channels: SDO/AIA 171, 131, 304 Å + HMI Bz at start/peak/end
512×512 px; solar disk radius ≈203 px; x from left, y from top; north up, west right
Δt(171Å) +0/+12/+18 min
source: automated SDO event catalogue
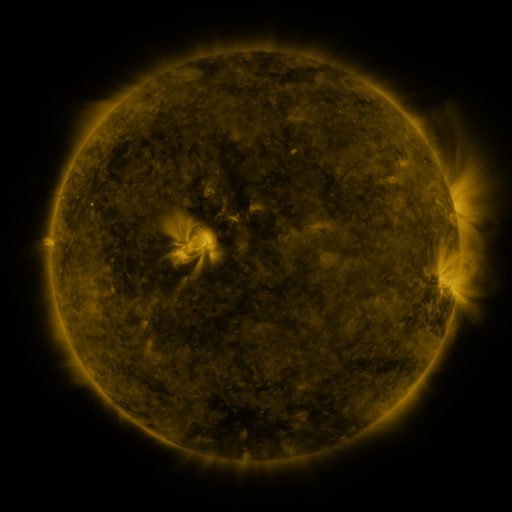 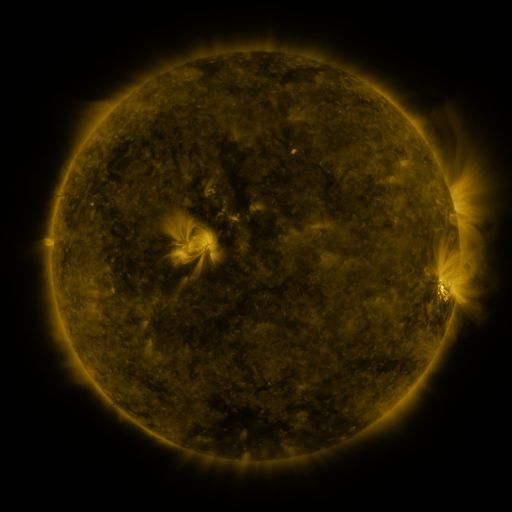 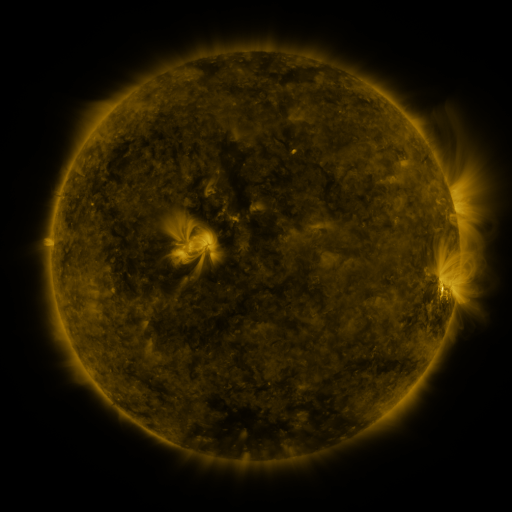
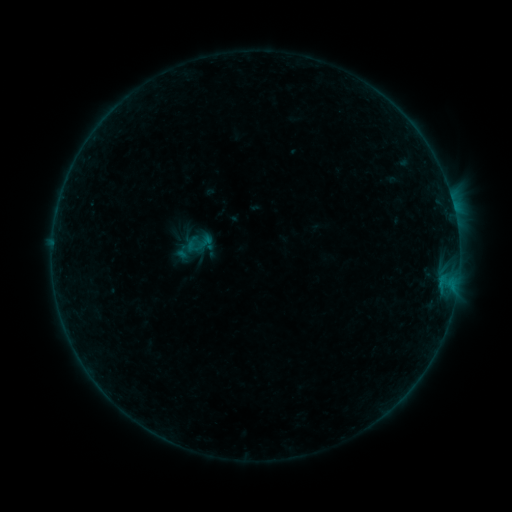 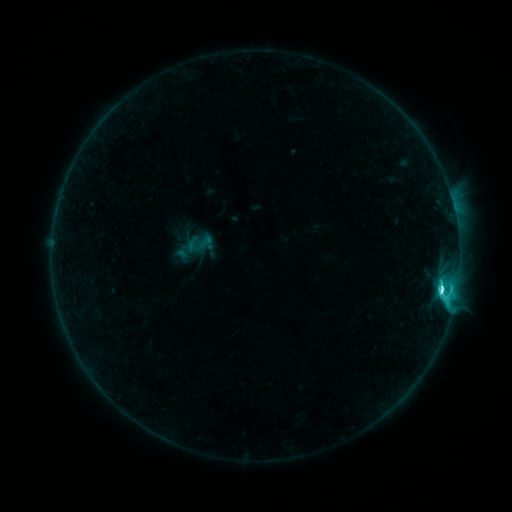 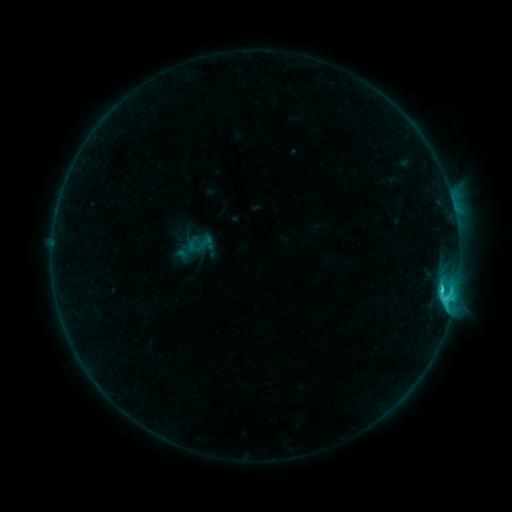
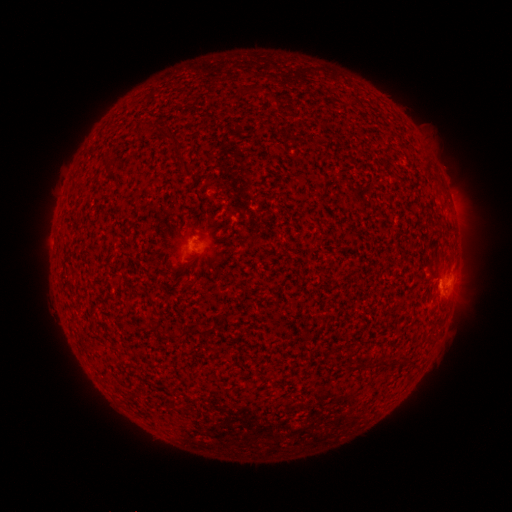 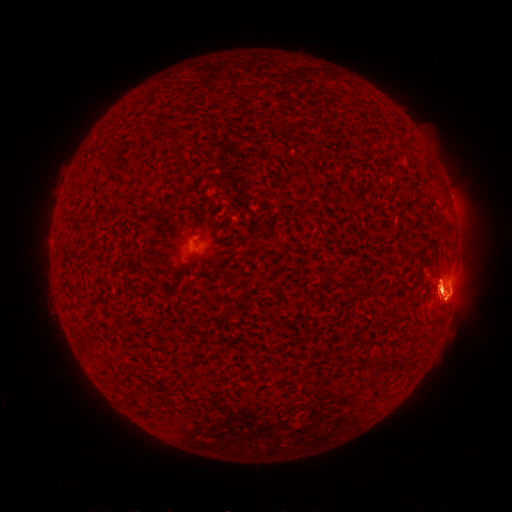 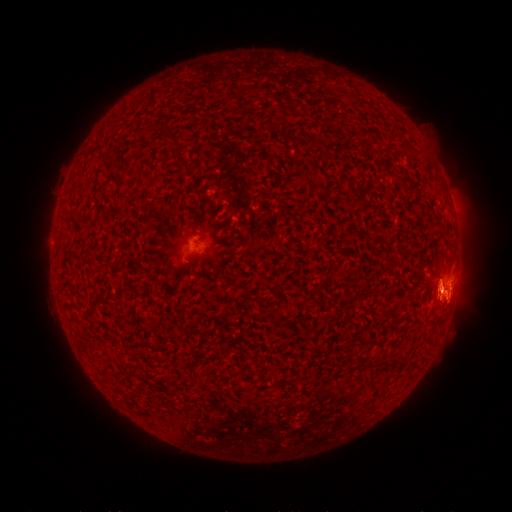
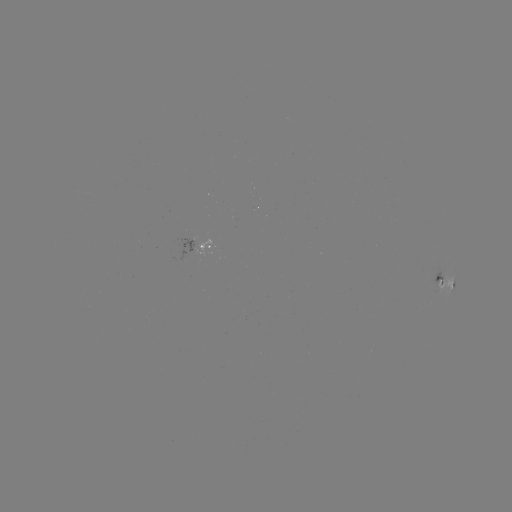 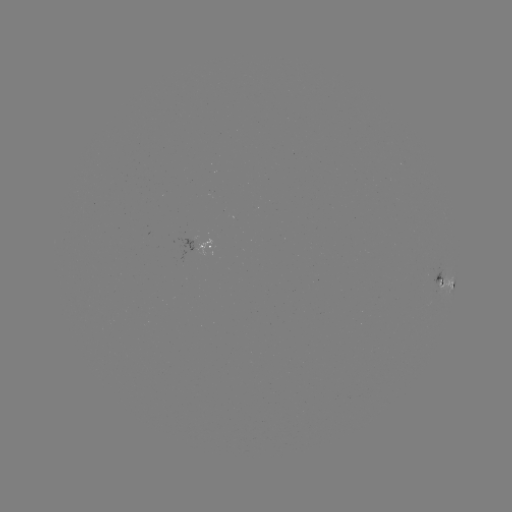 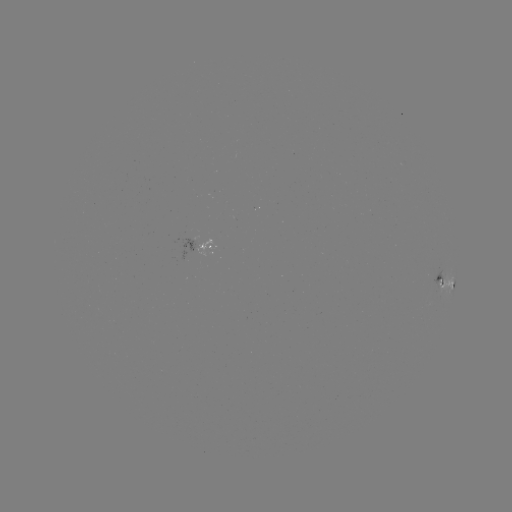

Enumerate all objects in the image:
C5.5 flare: (441, 286)
